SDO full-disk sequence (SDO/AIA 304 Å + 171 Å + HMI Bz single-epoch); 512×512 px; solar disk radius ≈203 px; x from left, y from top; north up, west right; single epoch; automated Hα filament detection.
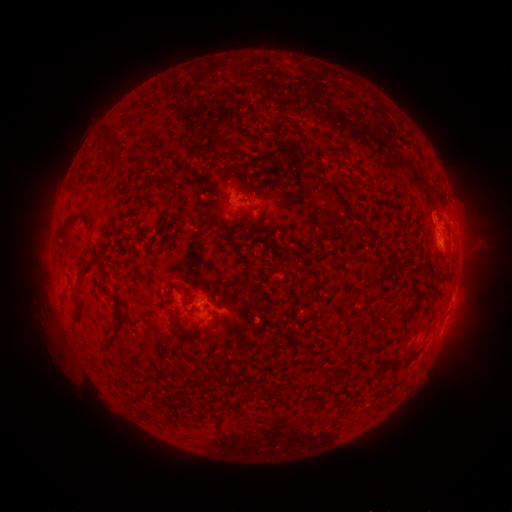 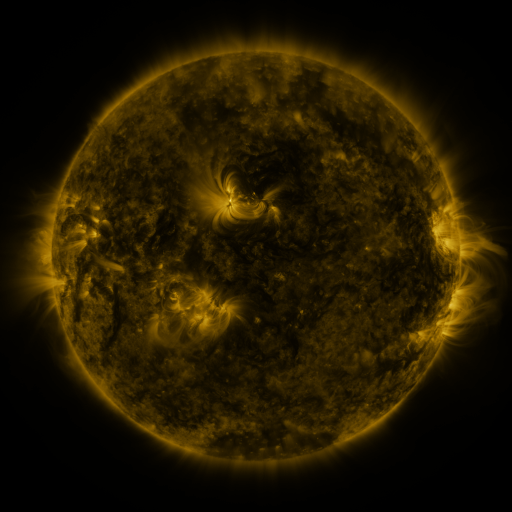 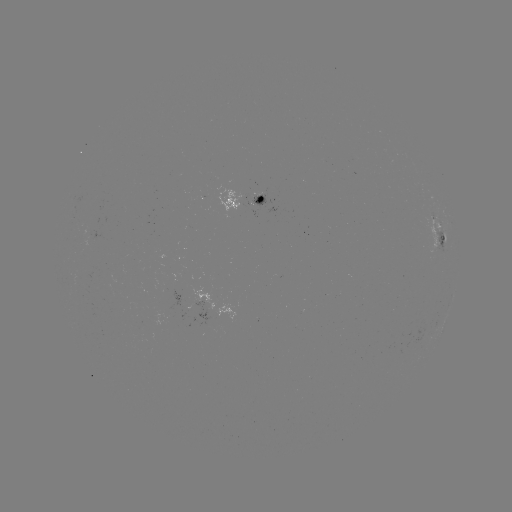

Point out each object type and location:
filament: <bbox>101, 133, 112, 146</bbox>
filament: <bbox>263, 144, 294, 168</bbox>
filament: <bbox>318, 177, 353, 220</bbox>
filament: <bbox>249, 184, 257, 194</bbox>
filament: <bbox>58, 211, 89, 244</bbox>
filament: <bbox>87, 241, 112, 262</bbox>
filament: <bbox>73, 265, 88, 287</bbox>
filament: <bbox>434, 269, 443, 280</bbox>
filament: <bbox>360, 274, 385, 290</bbox>
filament: <bbox>165, 281, 182, 288</bbox>
filament: <bbox>340, 293, 354, 305</bbox>
filament: <bbox>167, 311, 180, 341</bbox>
filament: <bbox>207, 320, 218, 331</bbox>
filament: <bbox>216, 392, 225, 402</bbox>
